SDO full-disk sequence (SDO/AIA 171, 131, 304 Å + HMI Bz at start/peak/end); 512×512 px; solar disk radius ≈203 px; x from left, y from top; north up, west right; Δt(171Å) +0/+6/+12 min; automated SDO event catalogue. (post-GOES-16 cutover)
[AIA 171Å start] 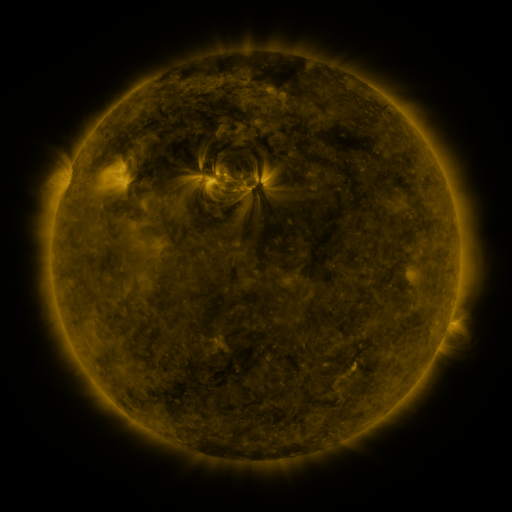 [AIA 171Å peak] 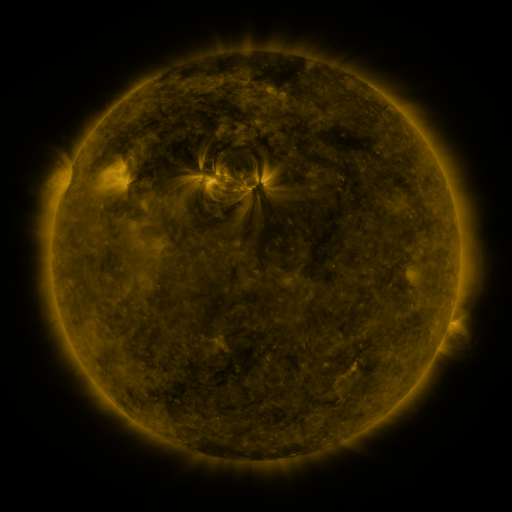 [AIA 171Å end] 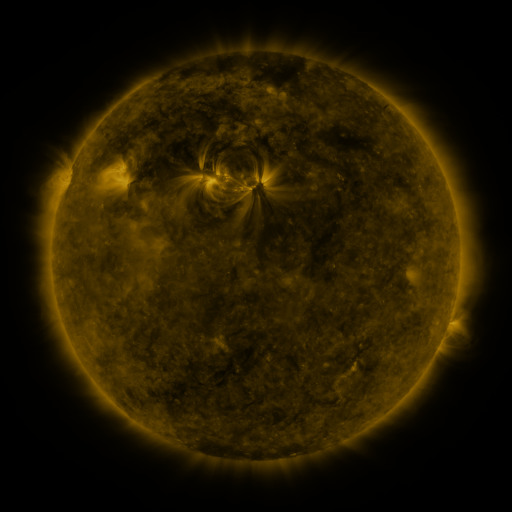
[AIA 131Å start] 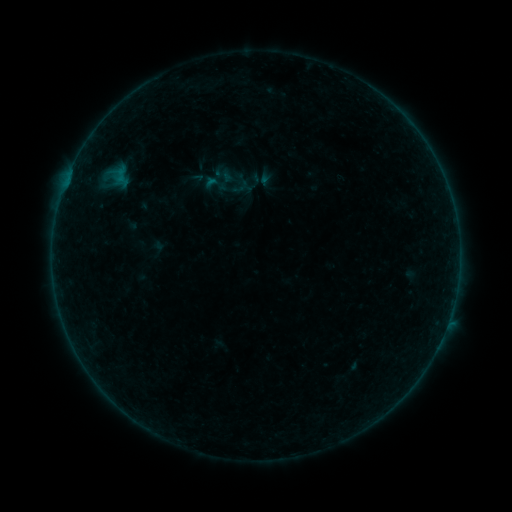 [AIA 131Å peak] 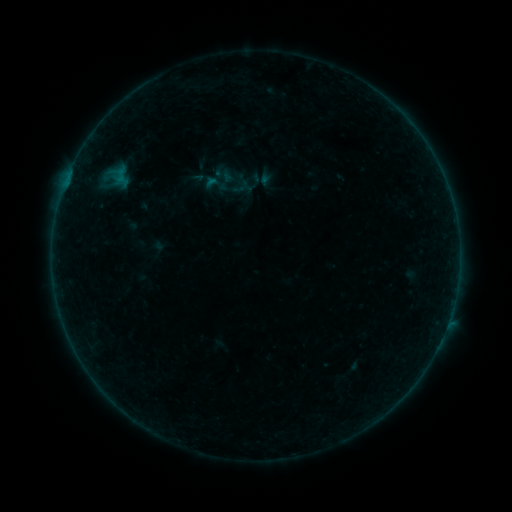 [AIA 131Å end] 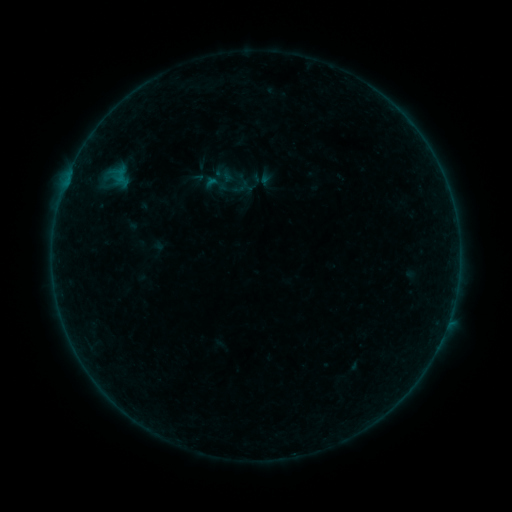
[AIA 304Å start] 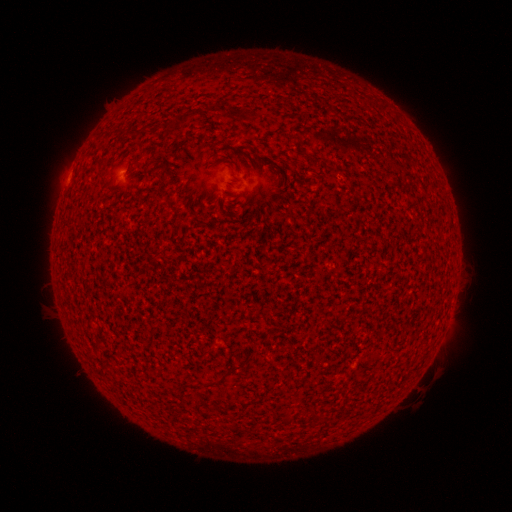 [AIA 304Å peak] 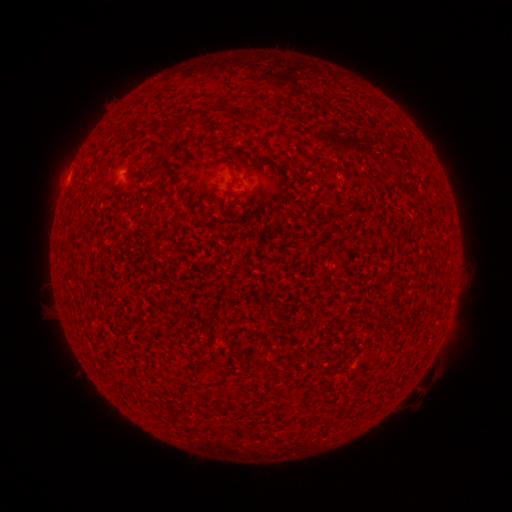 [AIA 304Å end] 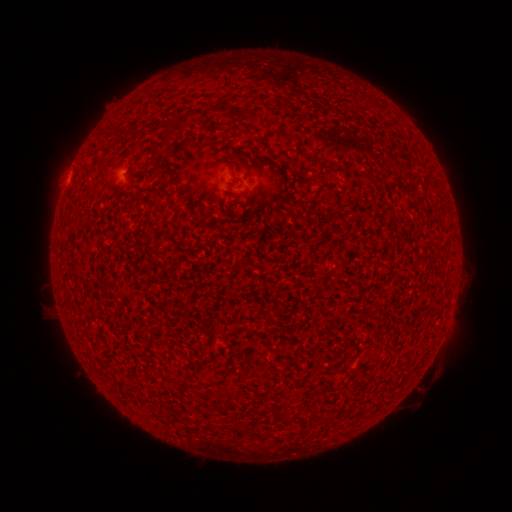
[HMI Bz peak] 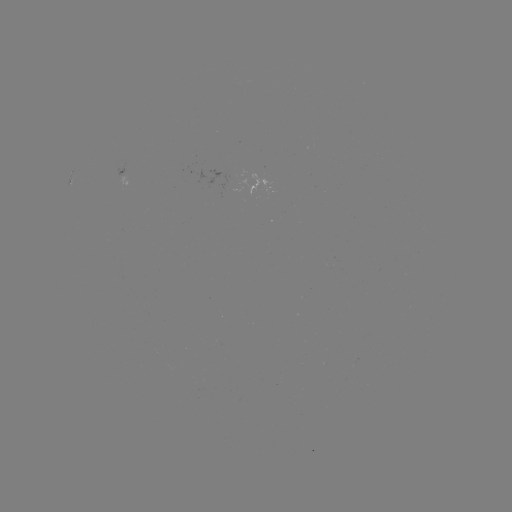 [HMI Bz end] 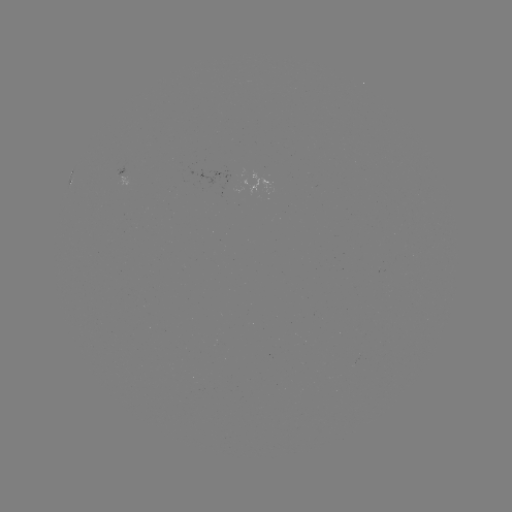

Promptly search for A5.9 flare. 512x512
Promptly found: [67, 181].